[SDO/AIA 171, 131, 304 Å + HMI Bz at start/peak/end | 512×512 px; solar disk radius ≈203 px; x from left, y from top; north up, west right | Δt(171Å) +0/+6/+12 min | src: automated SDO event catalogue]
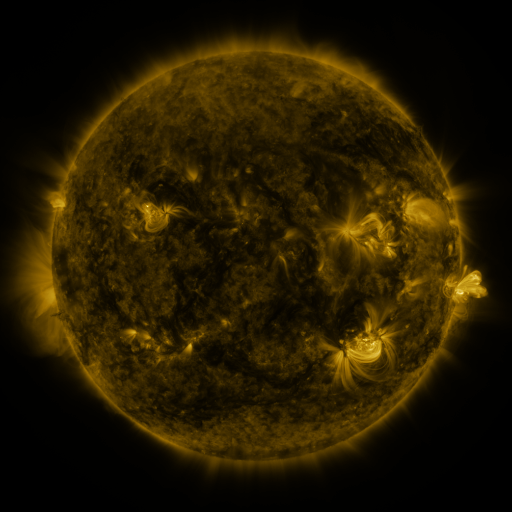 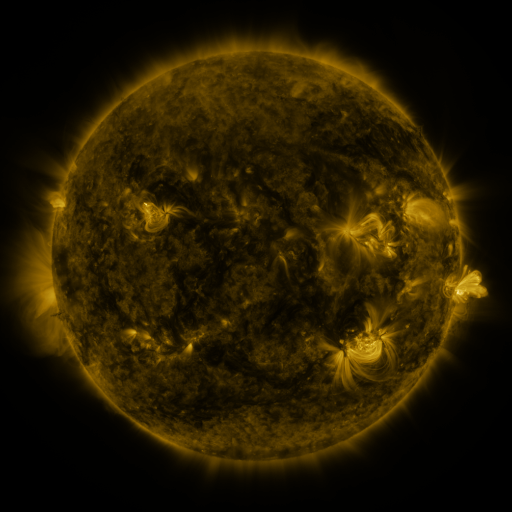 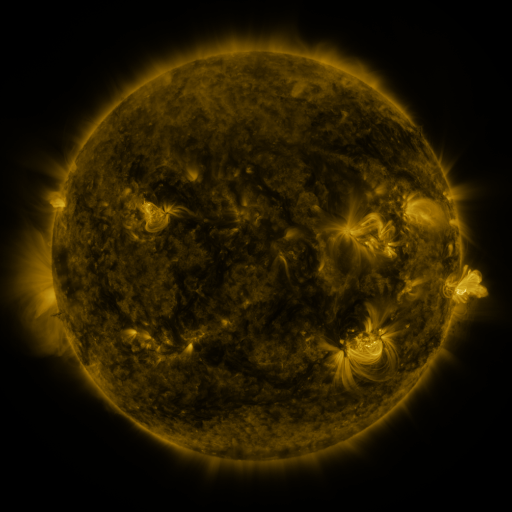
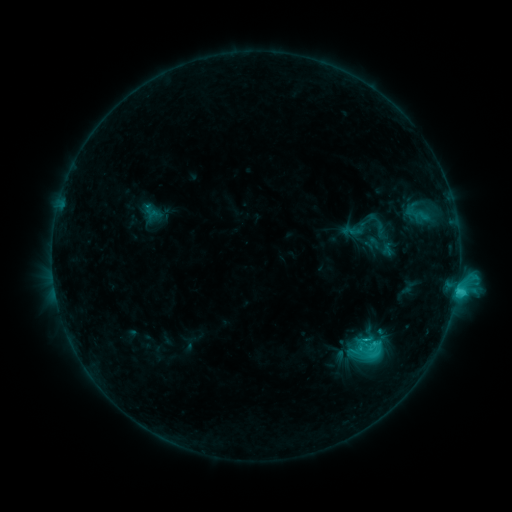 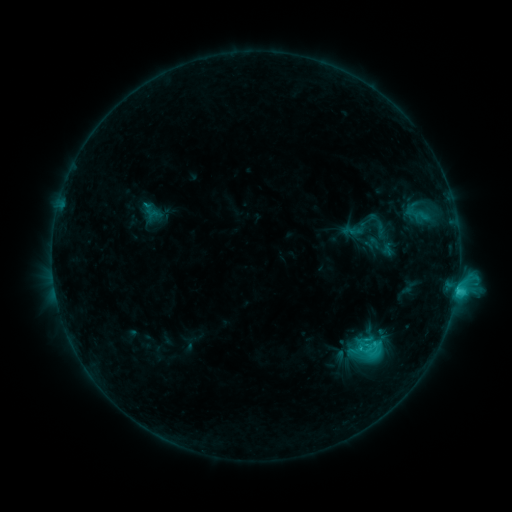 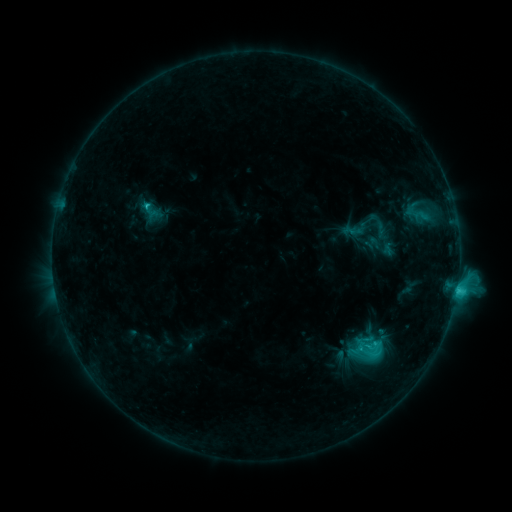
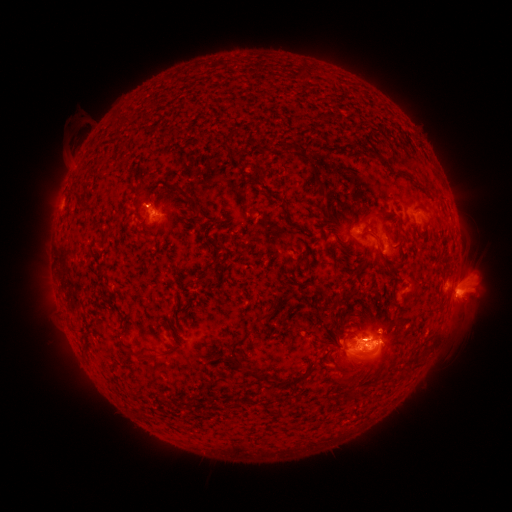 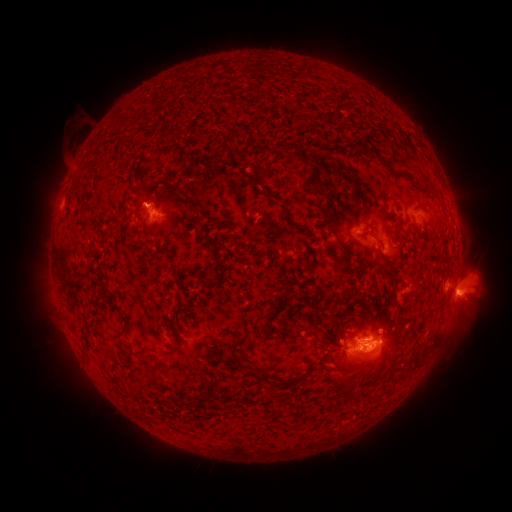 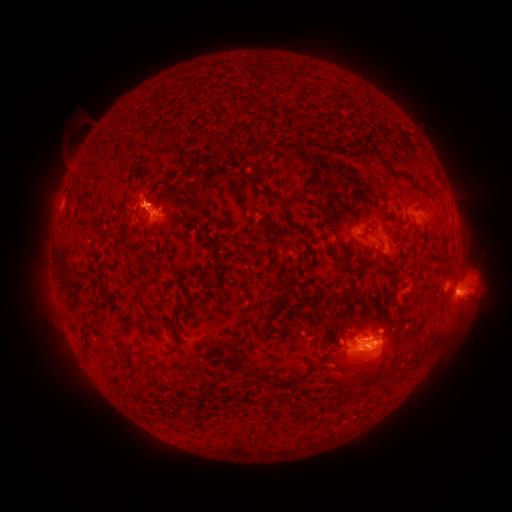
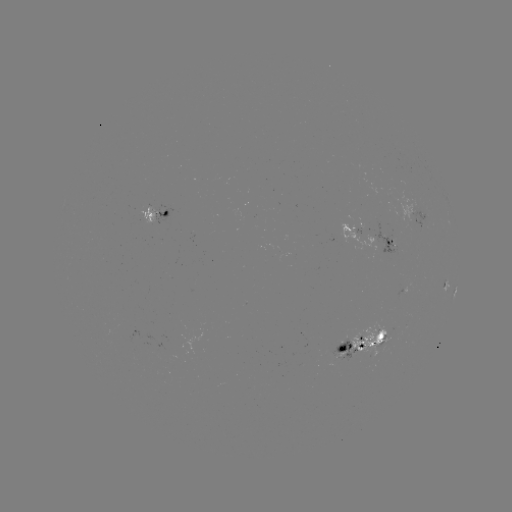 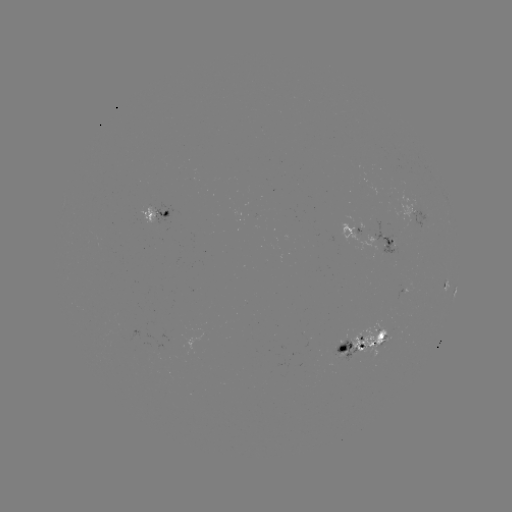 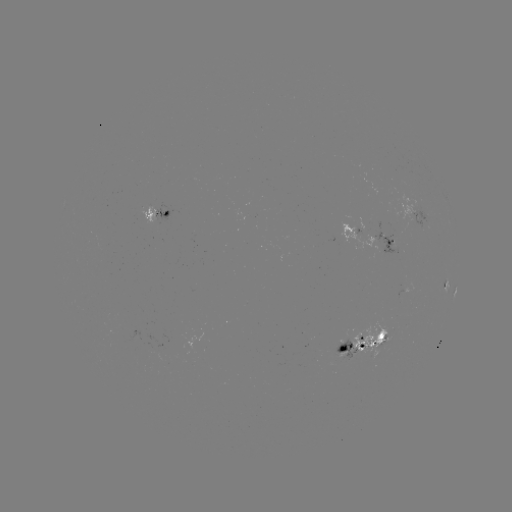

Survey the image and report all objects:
eruption: (143, 199)
